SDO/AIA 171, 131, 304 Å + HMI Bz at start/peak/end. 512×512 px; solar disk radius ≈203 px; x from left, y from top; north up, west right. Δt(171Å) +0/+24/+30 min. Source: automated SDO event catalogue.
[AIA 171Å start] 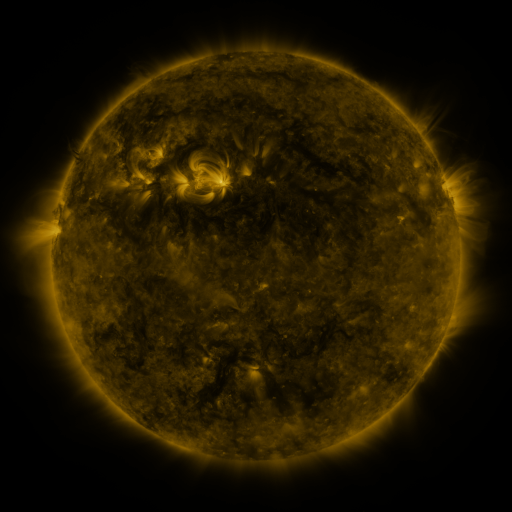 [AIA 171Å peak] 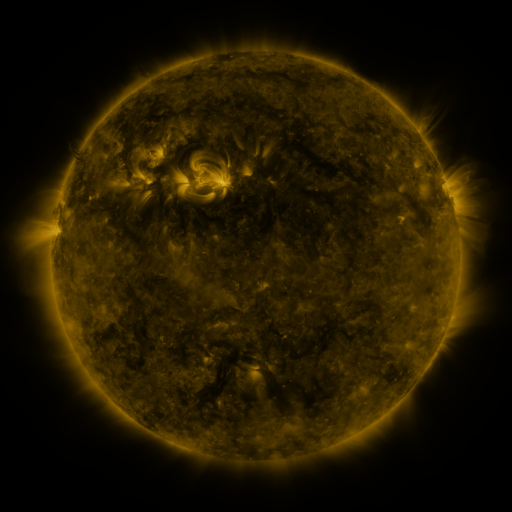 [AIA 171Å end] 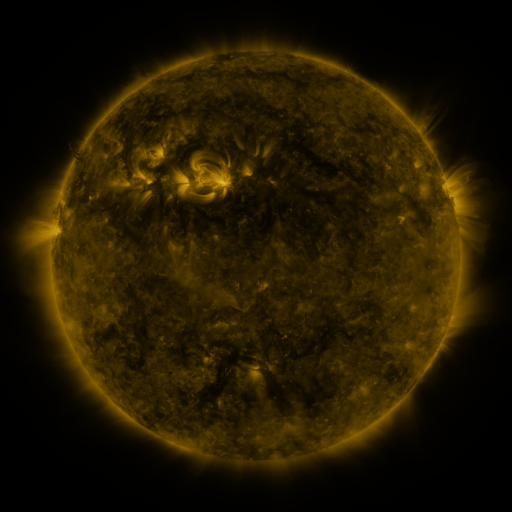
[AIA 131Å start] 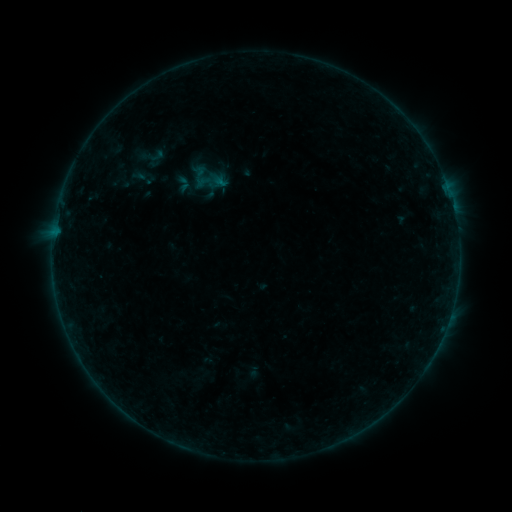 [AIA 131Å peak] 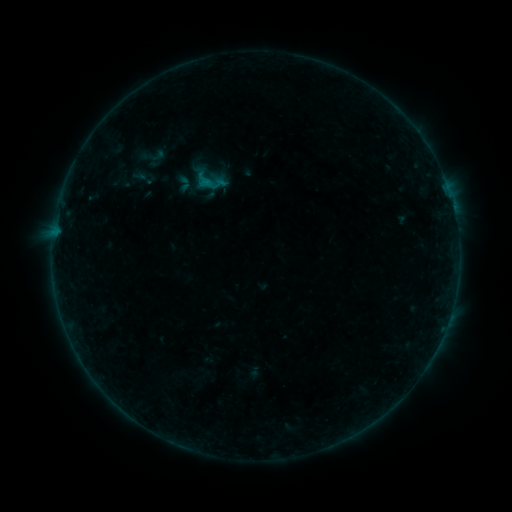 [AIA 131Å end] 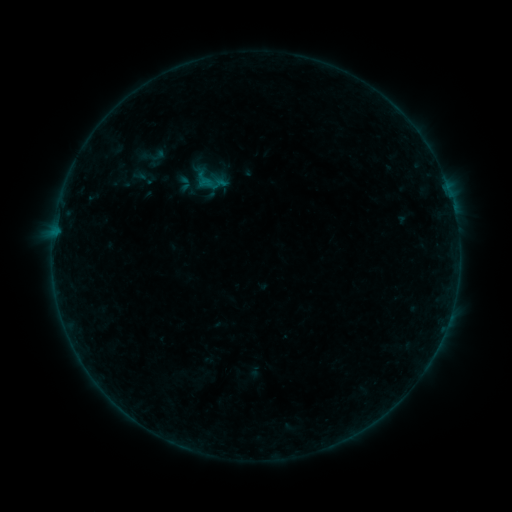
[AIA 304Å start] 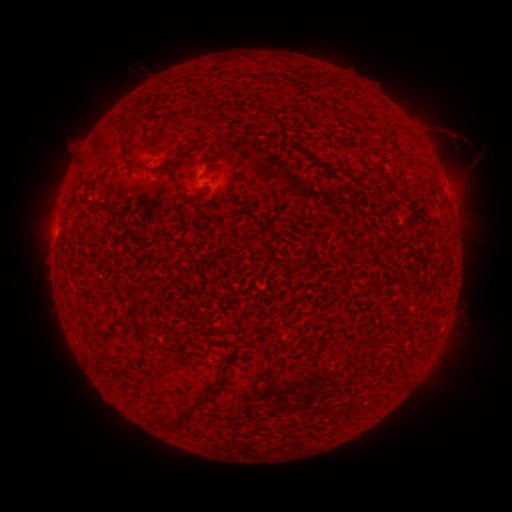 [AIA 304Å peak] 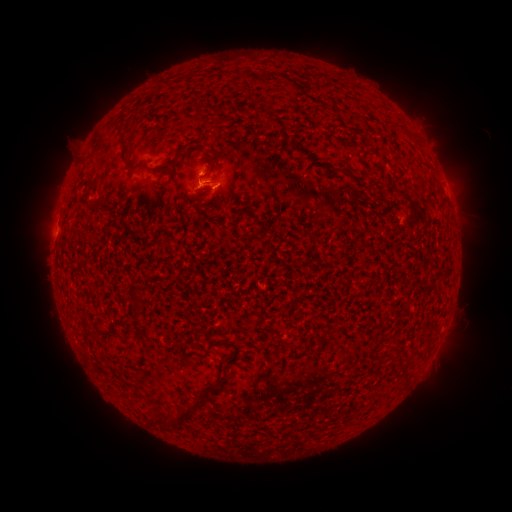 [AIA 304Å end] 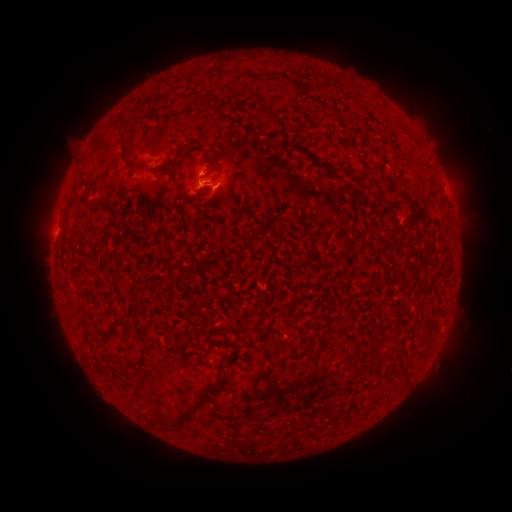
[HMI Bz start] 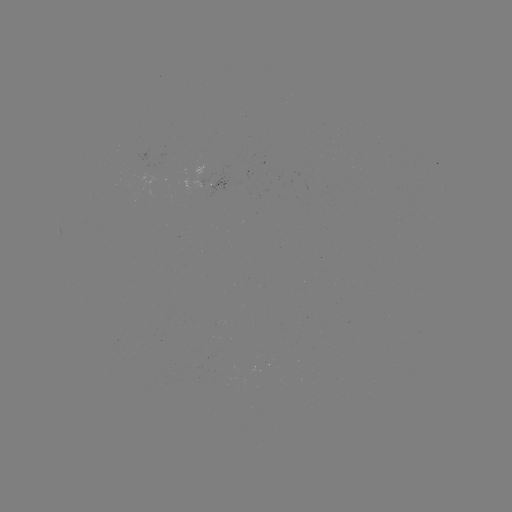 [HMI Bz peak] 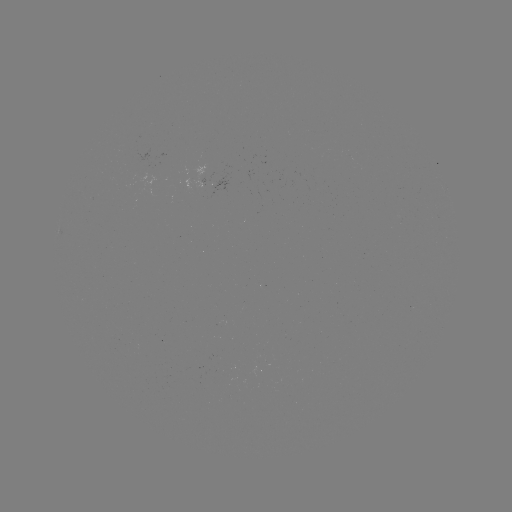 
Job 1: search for B4.9 flare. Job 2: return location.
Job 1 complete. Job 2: [202, 185].